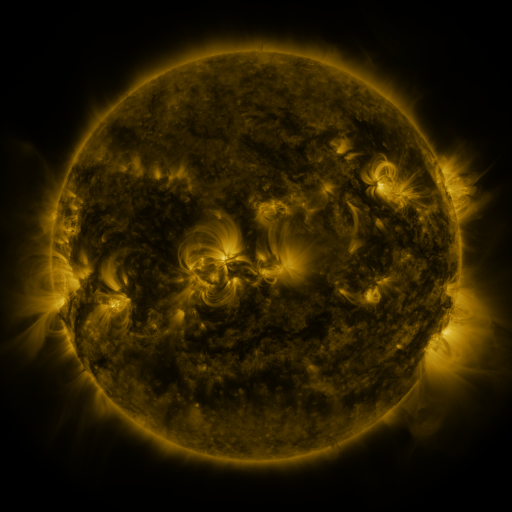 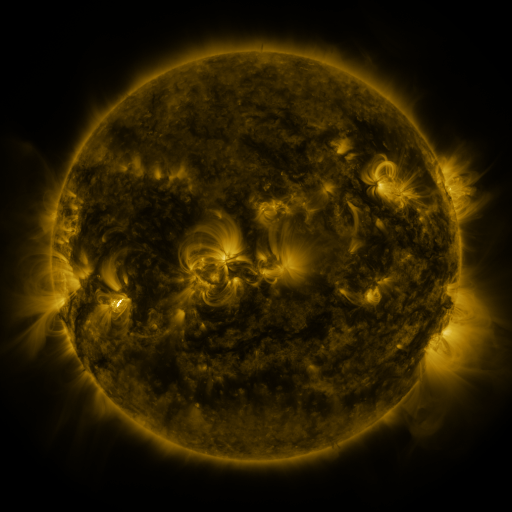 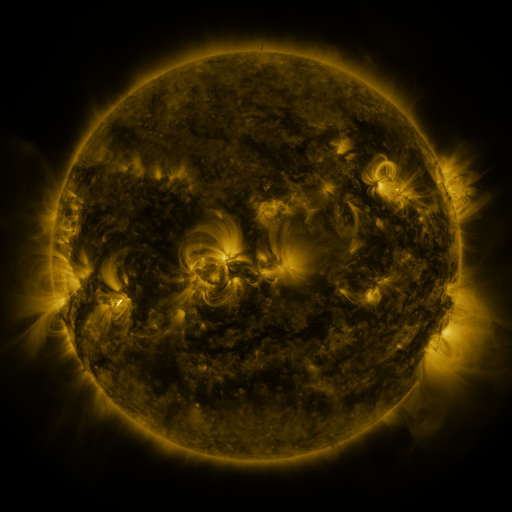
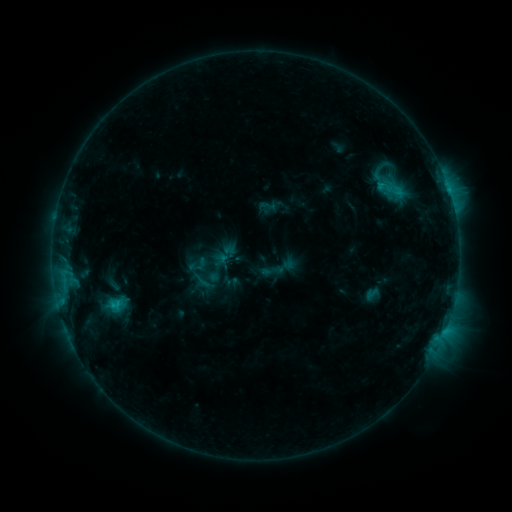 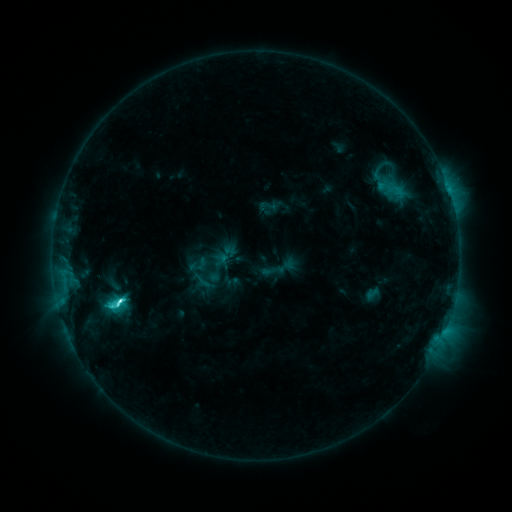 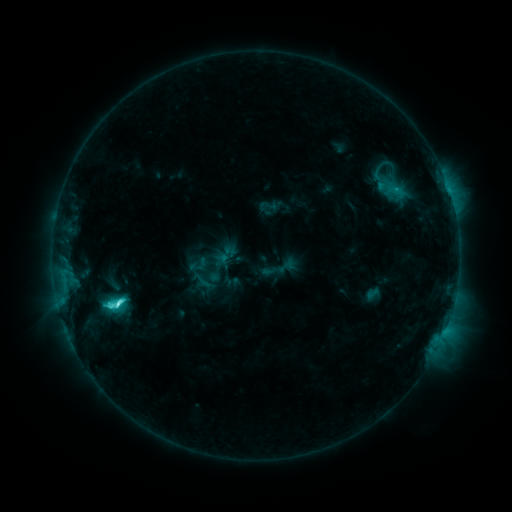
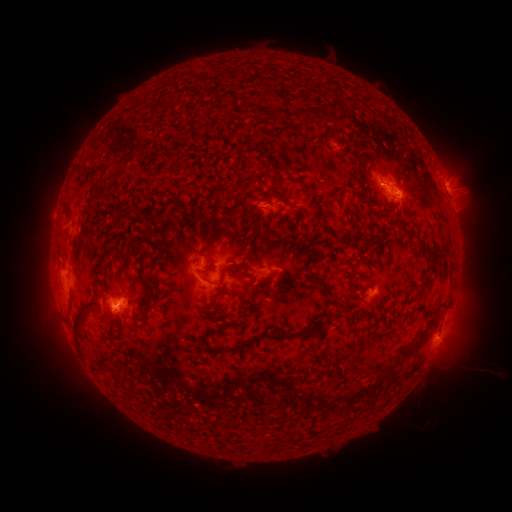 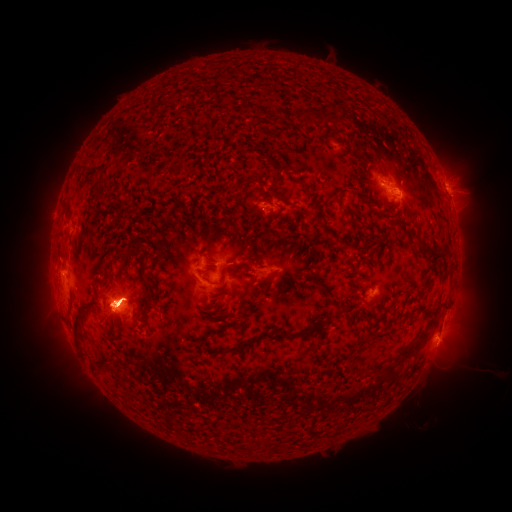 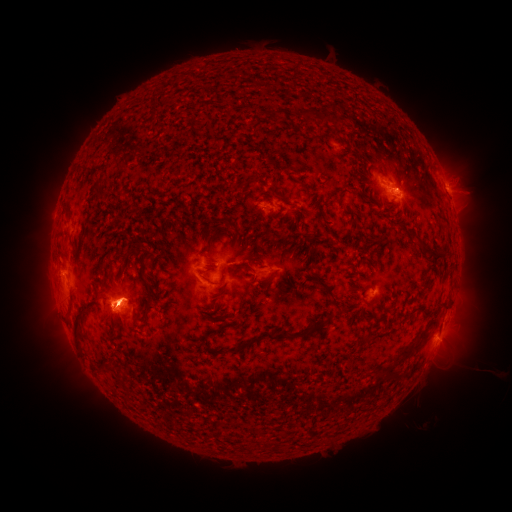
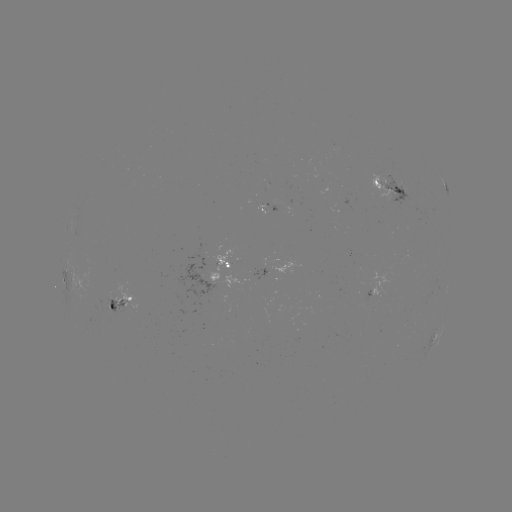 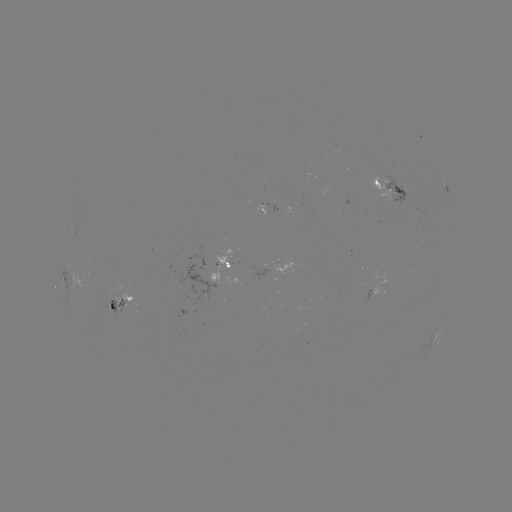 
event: flare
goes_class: C6.1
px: (121, 300)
